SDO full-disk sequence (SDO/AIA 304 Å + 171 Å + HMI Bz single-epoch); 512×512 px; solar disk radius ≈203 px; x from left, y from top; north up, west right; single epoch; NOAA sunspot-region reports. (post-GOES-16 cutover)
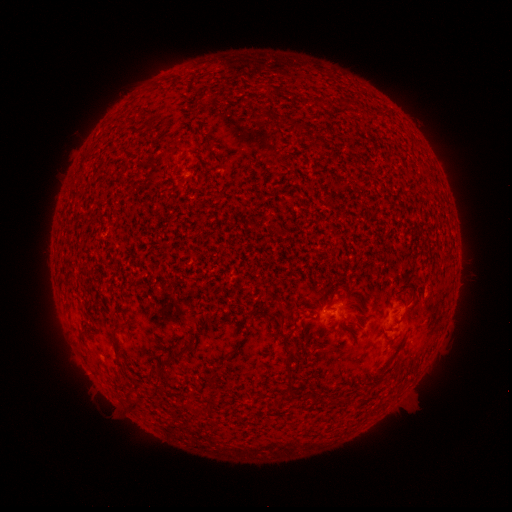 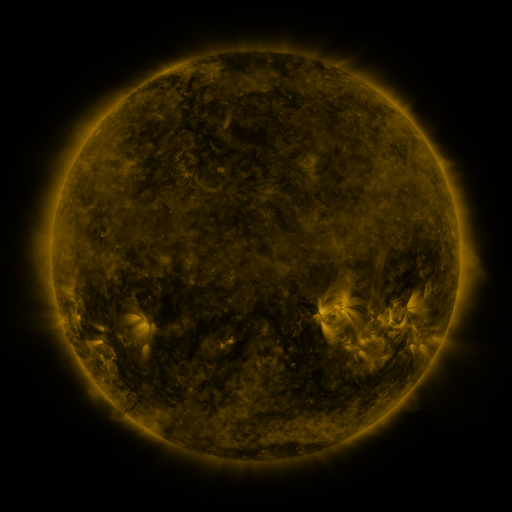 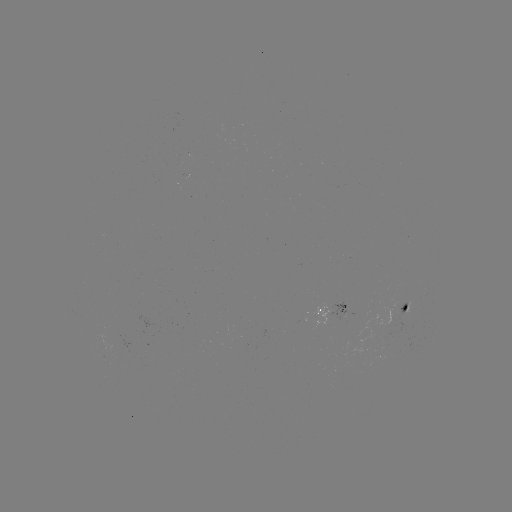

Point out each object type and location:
spotted active region: (415, 302)
spotted active region: (338, 310)
